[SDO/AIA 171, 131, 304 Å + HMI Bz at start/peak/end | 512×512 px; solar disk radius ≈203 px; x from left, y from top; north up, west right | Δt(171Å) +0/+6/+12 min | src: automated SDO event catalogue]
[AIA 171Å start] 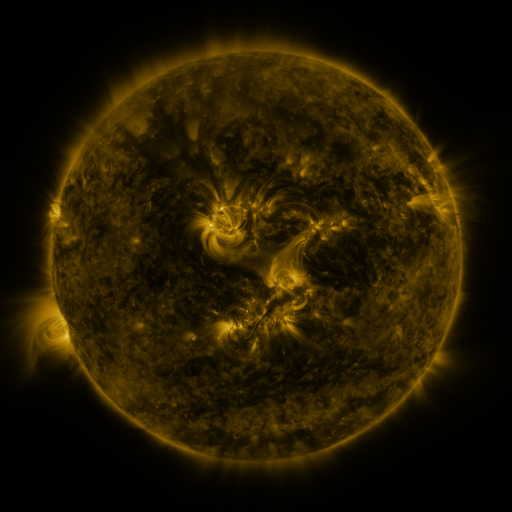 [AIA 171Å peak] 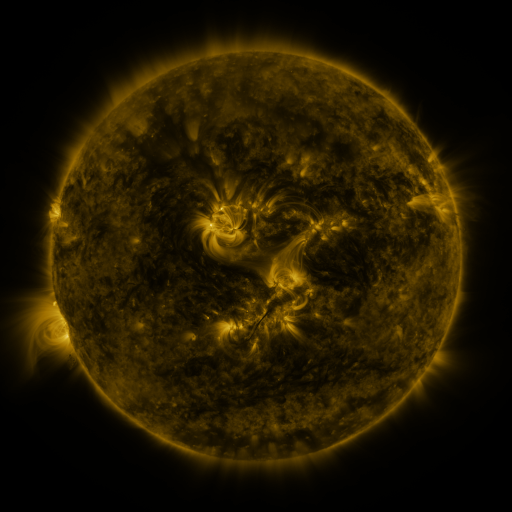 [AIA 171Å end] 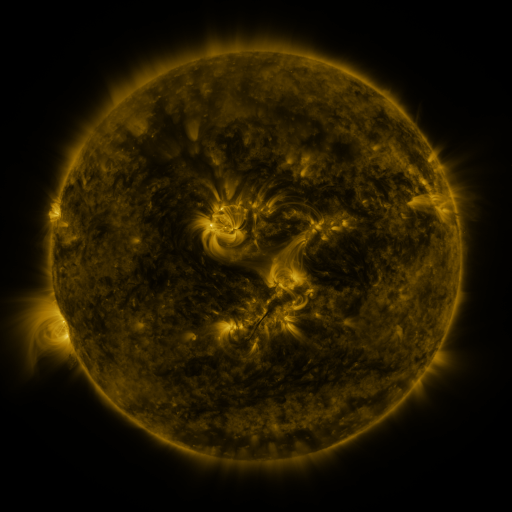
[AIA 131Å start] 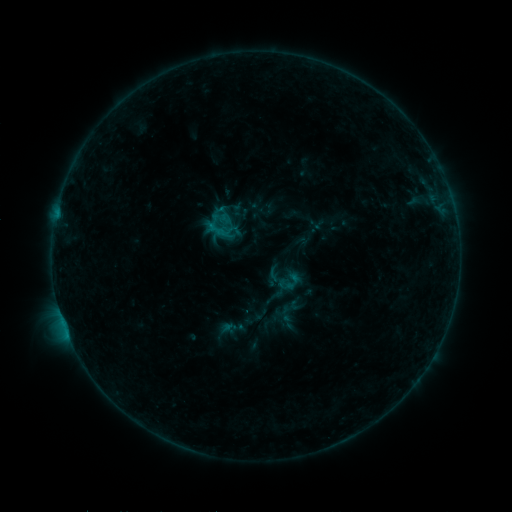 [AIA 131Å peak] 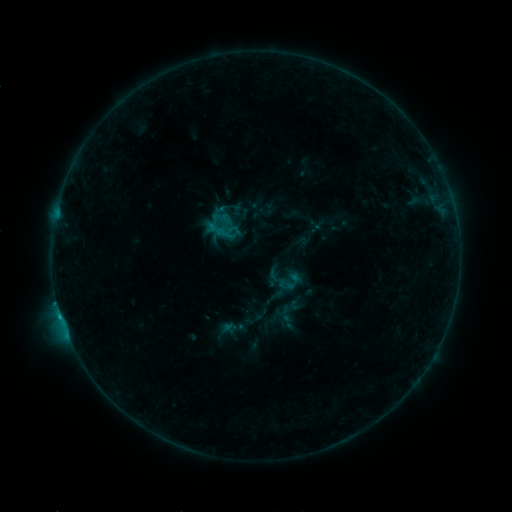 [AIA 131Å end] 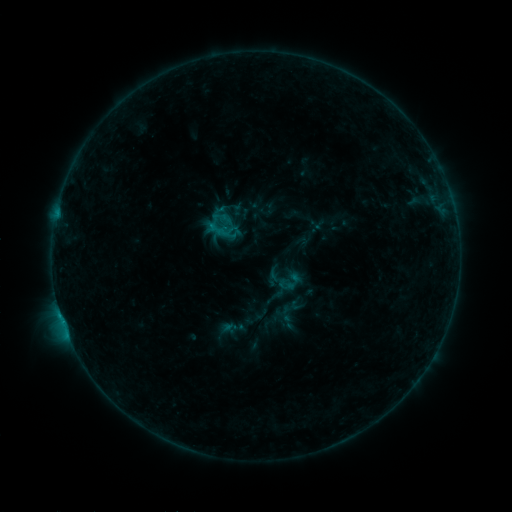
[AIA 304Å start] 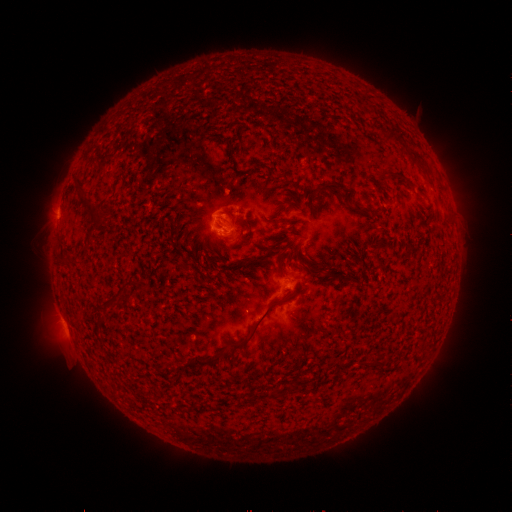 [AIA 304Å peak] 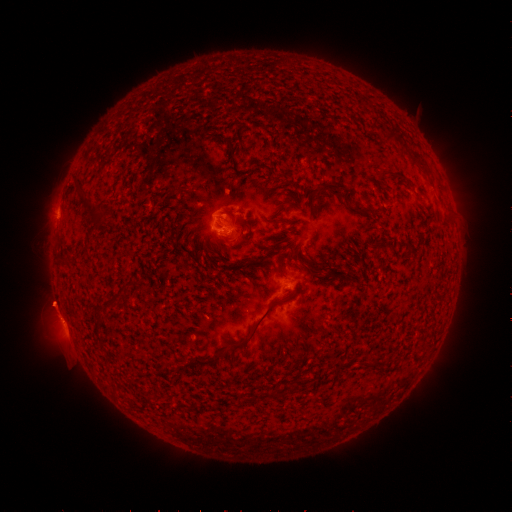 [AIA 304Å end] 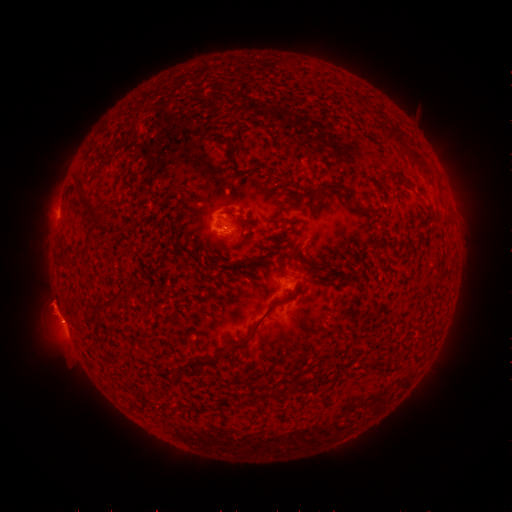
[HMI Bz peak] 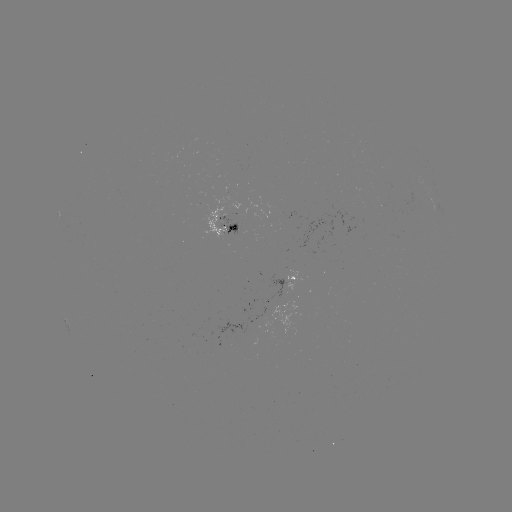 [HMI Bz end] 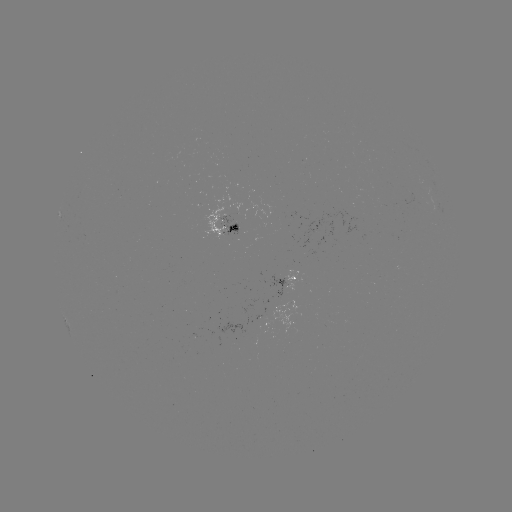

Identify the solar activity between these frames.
B5.9 flare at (64, 320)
